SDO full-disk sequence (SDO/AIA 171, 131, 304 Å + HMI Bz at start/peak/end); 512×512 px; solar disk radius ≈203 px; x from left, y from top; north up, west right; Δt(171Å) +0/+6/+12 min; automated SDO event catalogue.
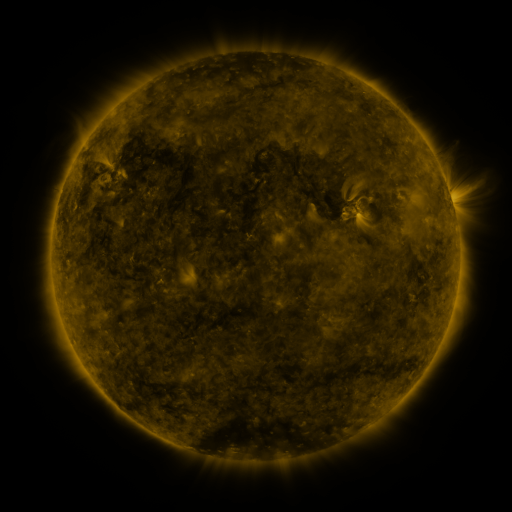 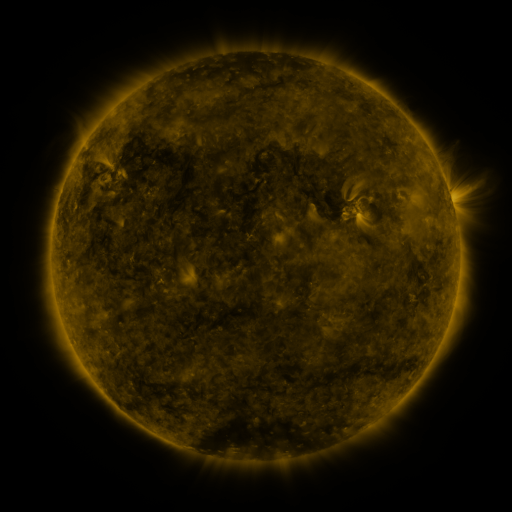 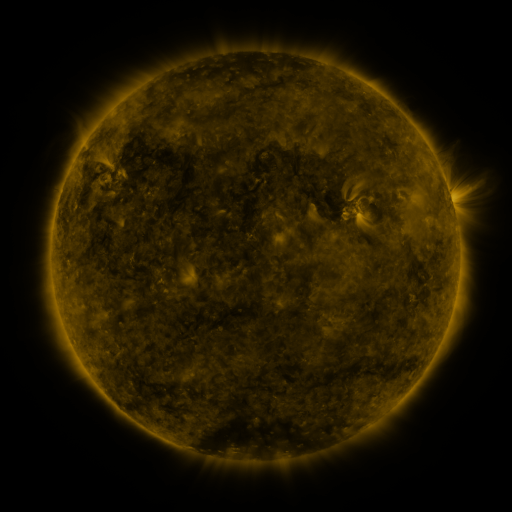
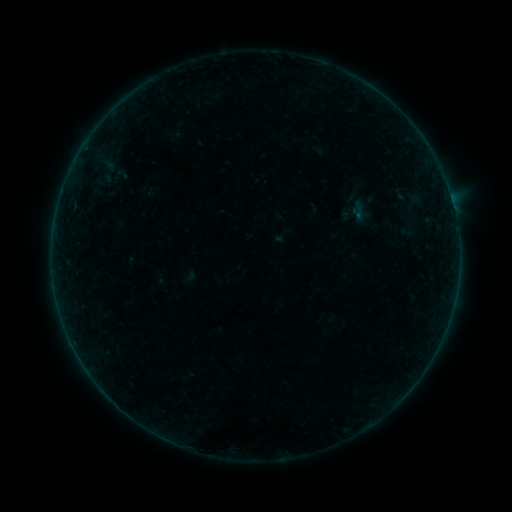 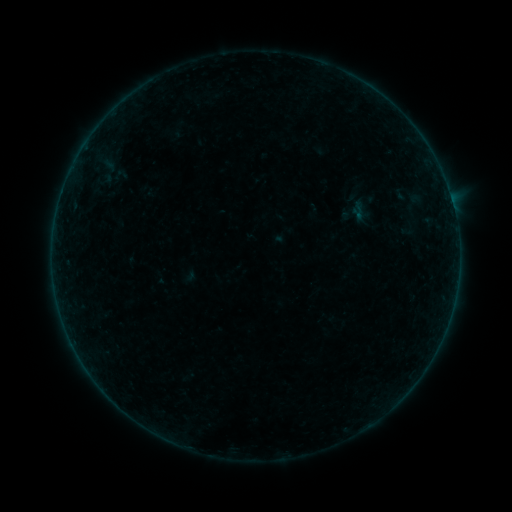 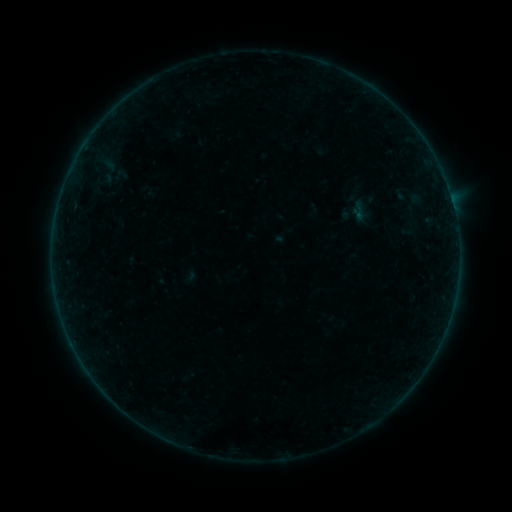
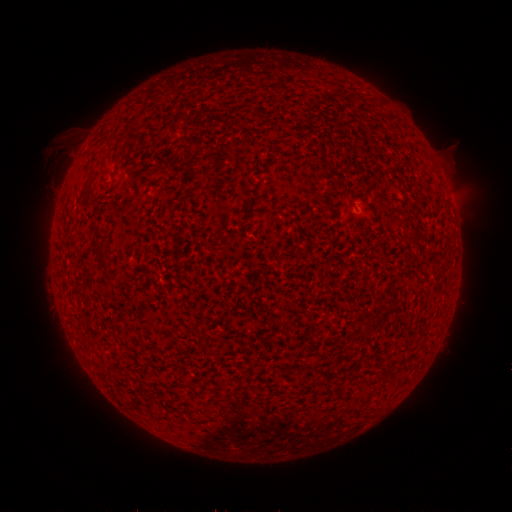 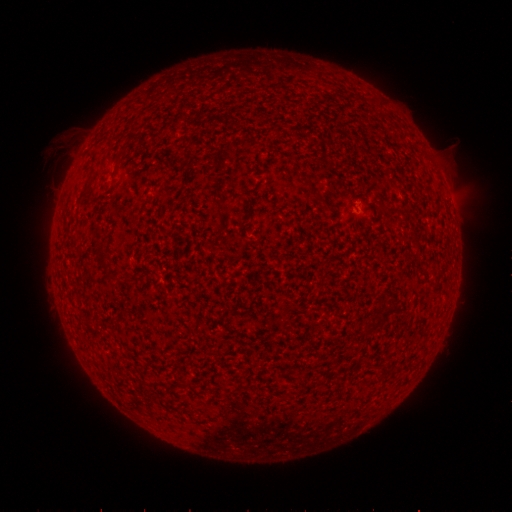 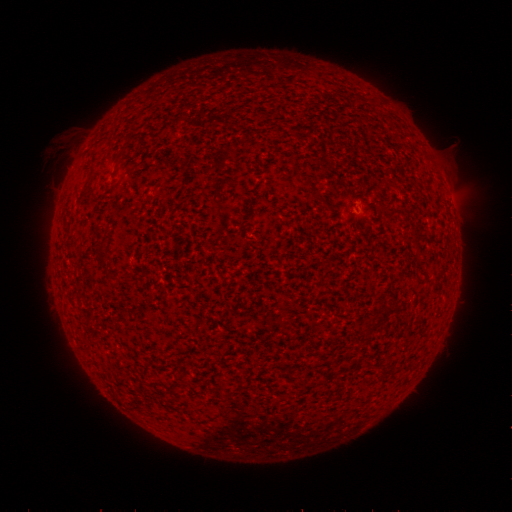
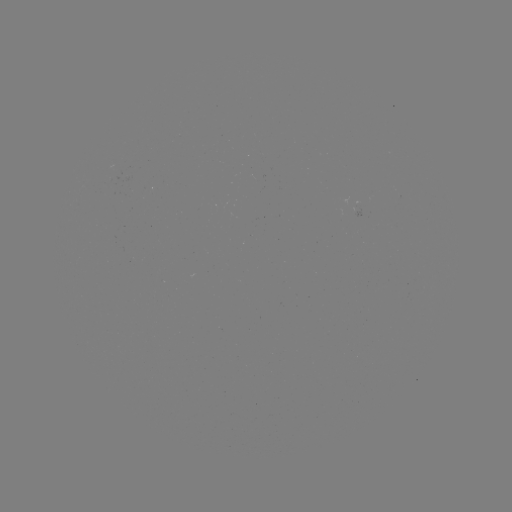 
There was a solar flare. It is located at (73, 342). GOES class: B2.6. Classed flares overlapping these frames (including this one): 1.